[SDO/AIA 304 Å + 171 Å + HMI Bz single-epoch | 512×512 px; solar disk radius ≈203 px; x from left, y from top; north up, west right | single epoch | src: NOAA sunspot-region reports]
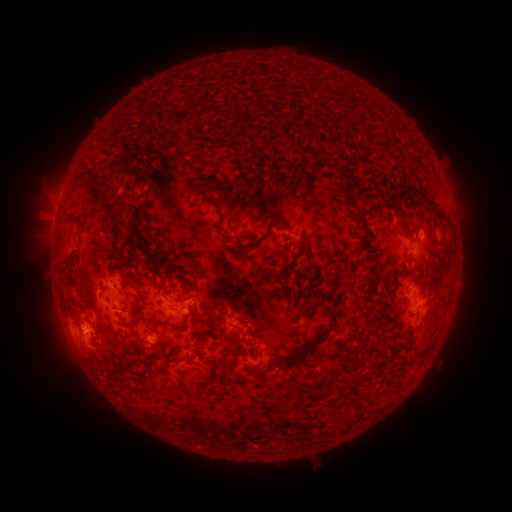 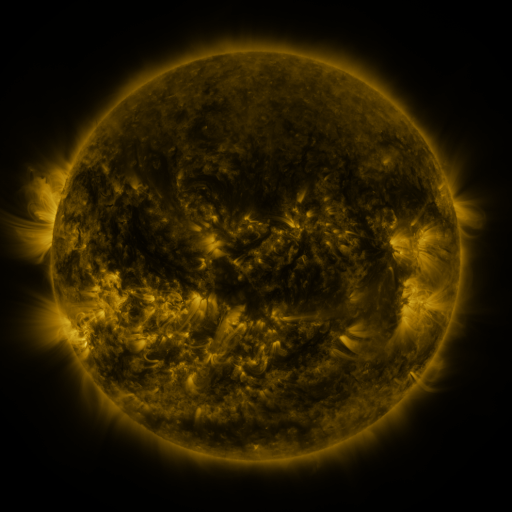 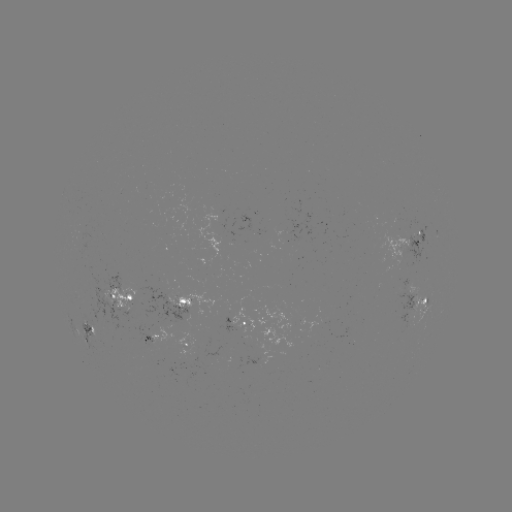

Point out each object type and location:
spotted active region: (419, 239)
spotted active region: (120, 295)
spotted active region: (418, 299)
spotted active region: (180, 306)
spotted active region: (245, 324)
spotted active region: (88, 328)
spotted active region: (150, 335)
spotted active region: (187, 343)
